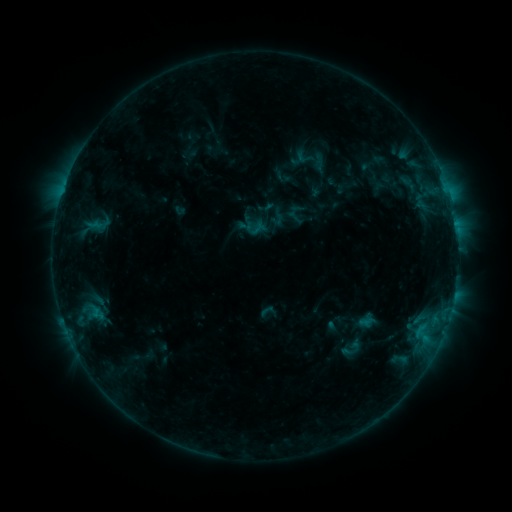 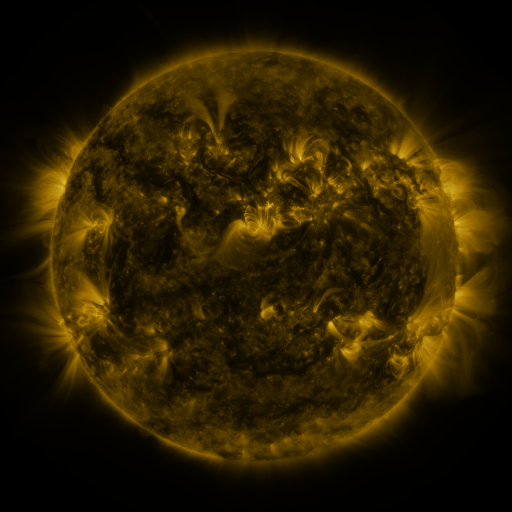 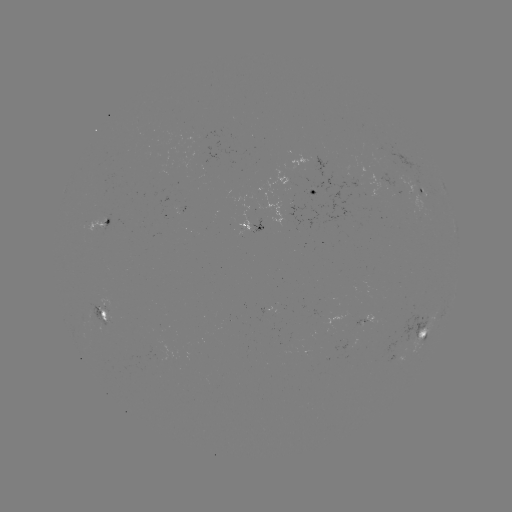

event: sigmoid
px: (252, 228)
